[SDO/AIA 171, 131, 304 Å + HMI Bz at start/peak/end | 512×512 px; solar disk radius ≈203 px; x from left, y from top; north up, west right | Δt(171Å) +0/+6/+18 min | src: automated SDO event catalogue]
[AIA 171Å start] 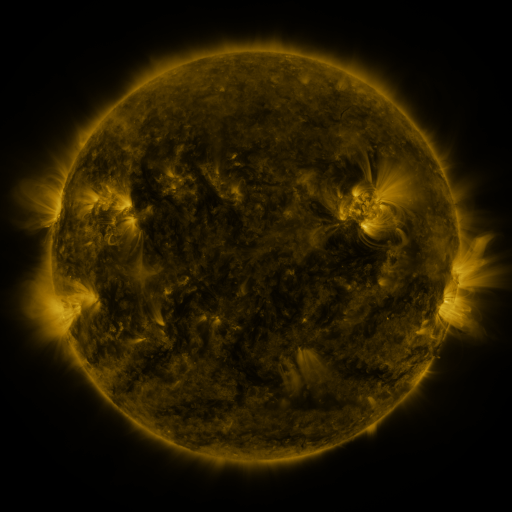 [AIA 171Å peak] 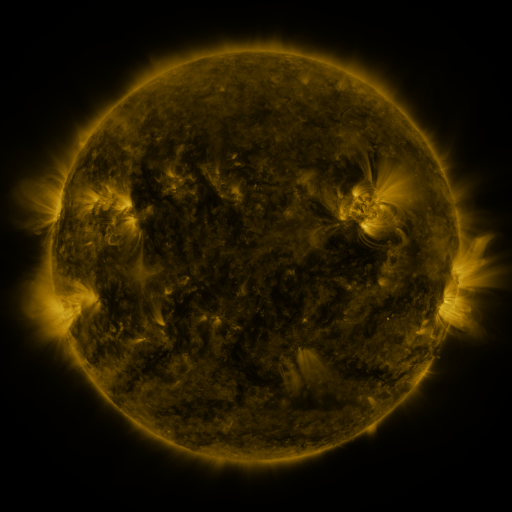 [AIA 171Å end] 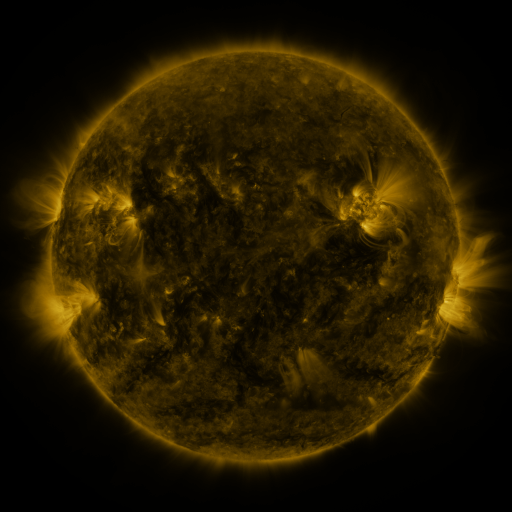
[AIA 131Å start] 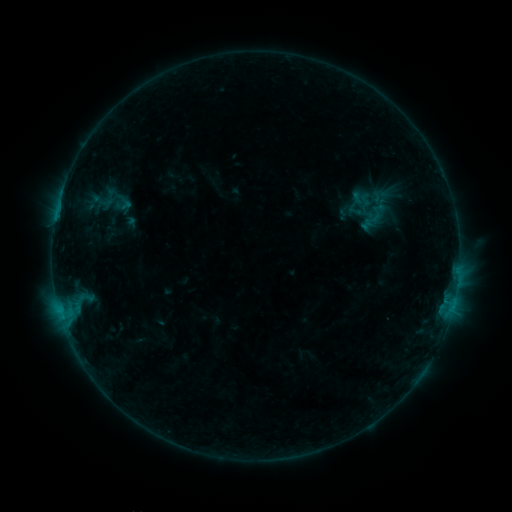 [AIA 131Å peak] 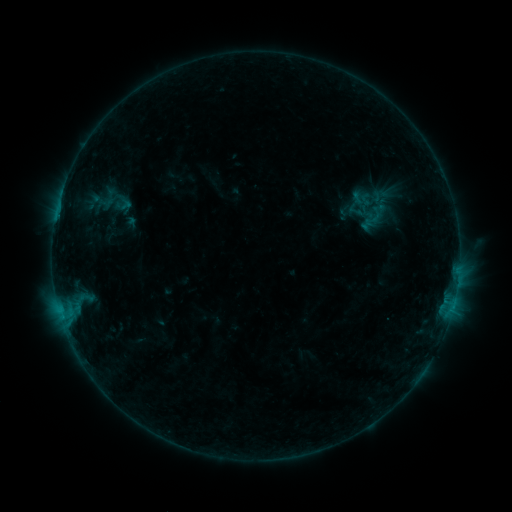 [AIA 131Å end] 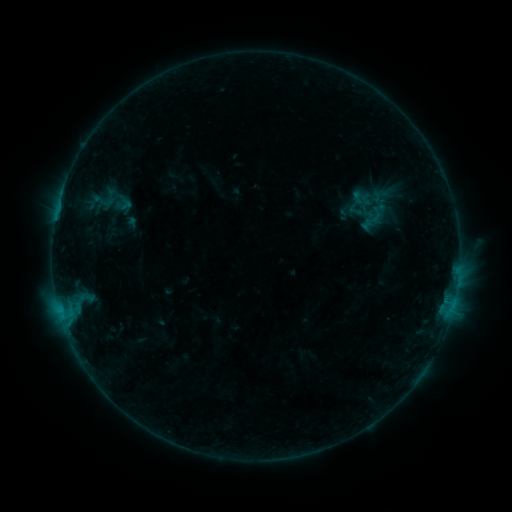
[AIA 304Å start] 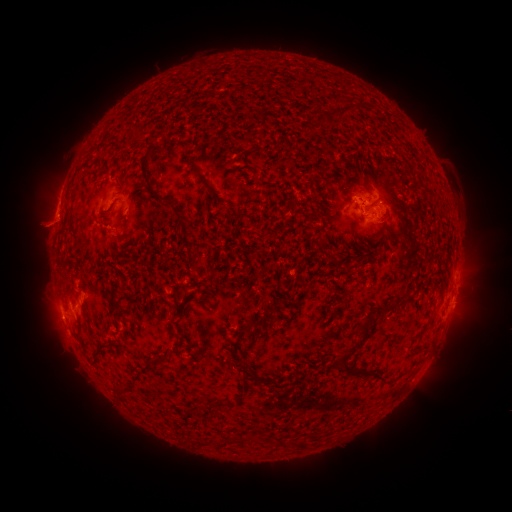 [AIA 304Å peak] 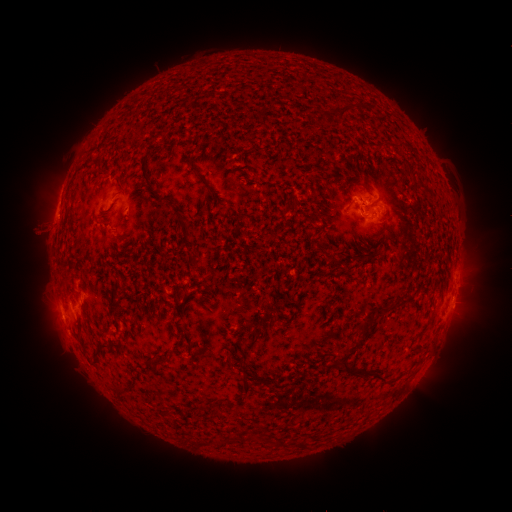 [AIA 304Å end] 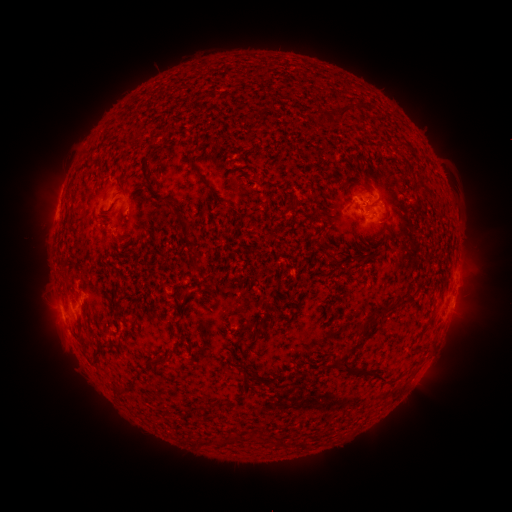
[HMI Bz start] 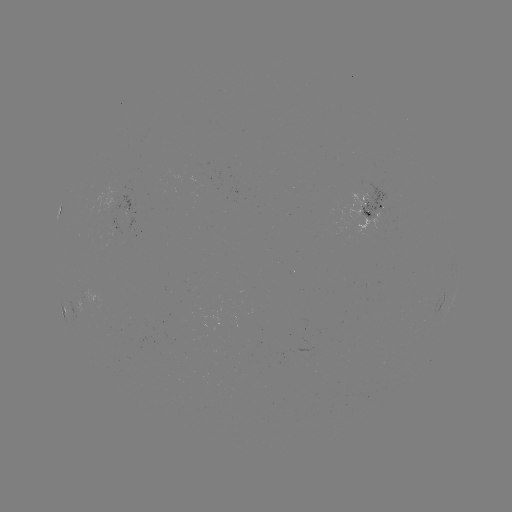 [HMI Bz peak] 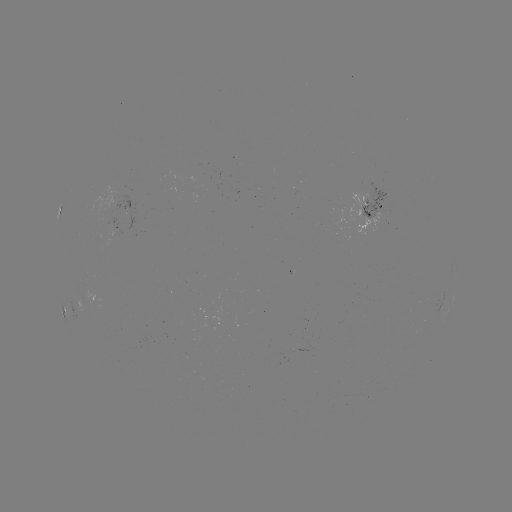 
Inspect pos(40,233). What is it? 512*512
eruption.